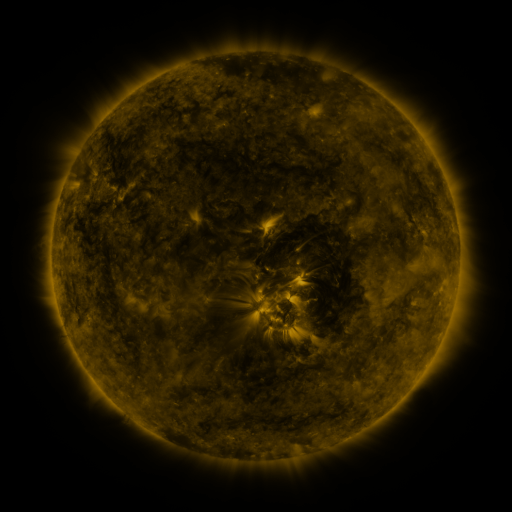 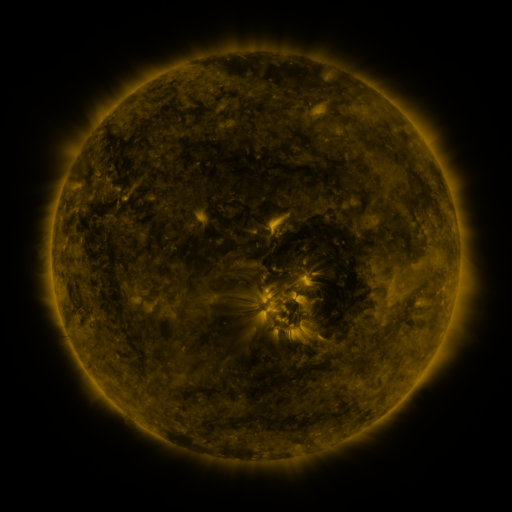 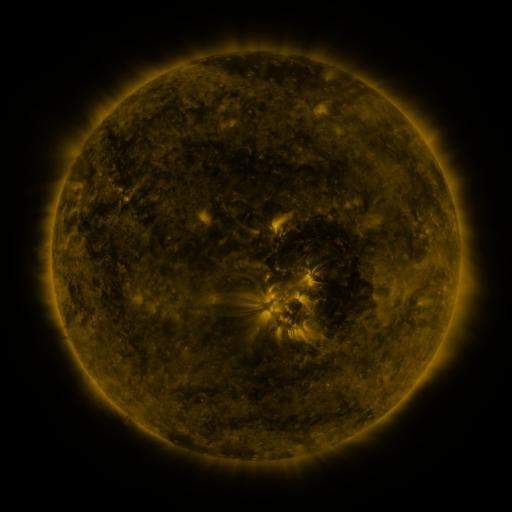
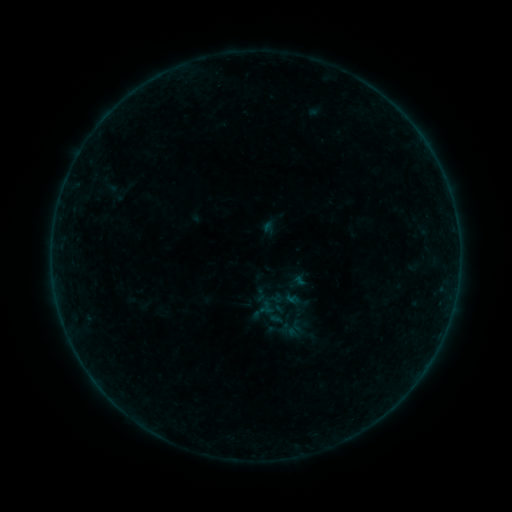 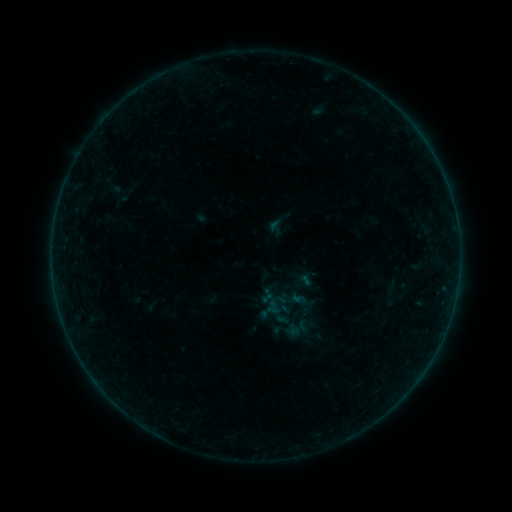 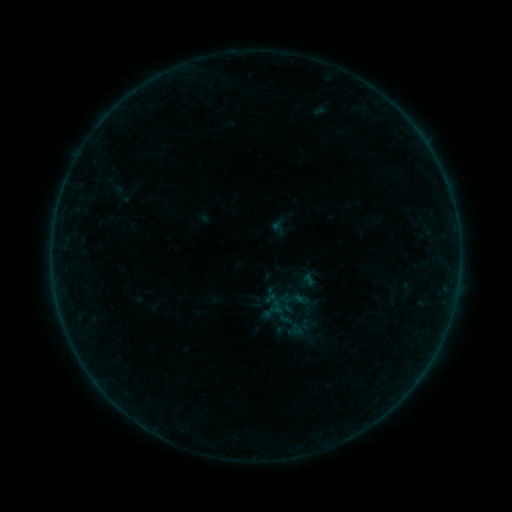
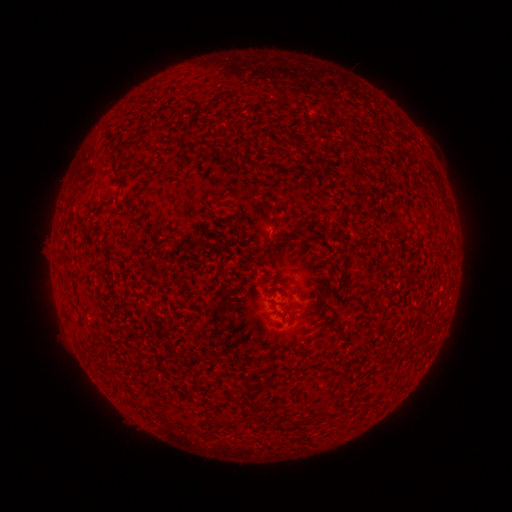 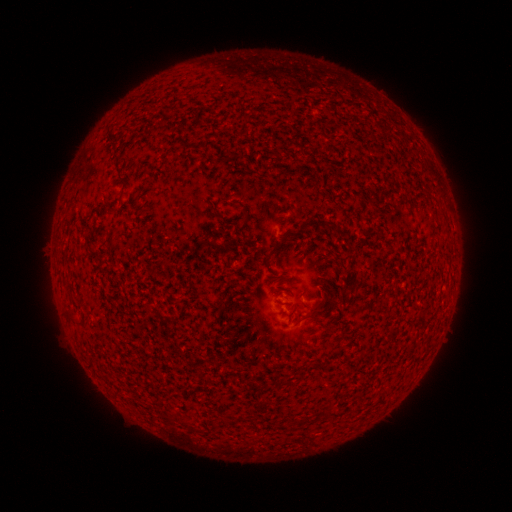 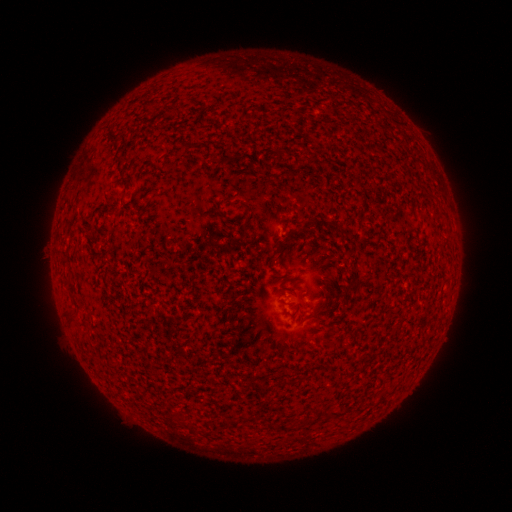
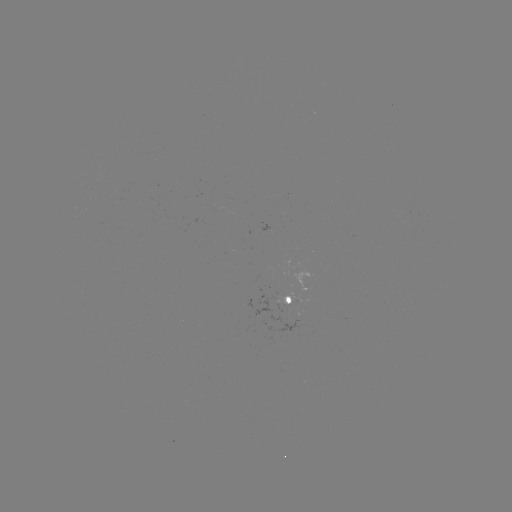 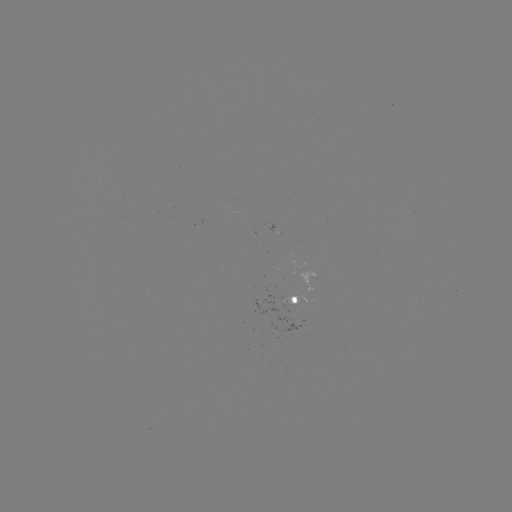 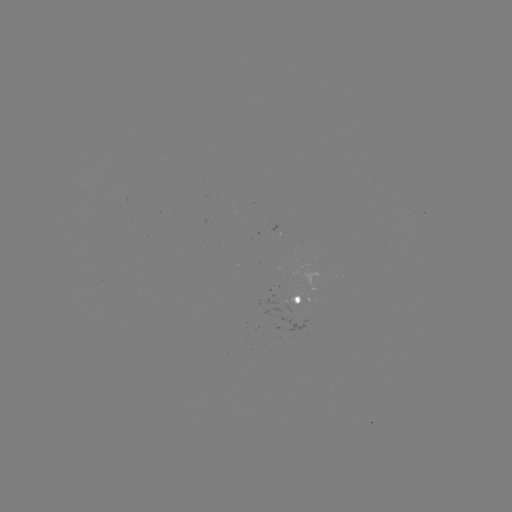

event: emerging-flux region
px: (287, 305)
